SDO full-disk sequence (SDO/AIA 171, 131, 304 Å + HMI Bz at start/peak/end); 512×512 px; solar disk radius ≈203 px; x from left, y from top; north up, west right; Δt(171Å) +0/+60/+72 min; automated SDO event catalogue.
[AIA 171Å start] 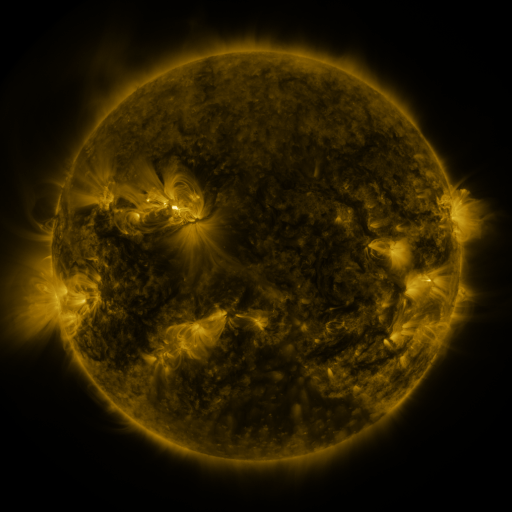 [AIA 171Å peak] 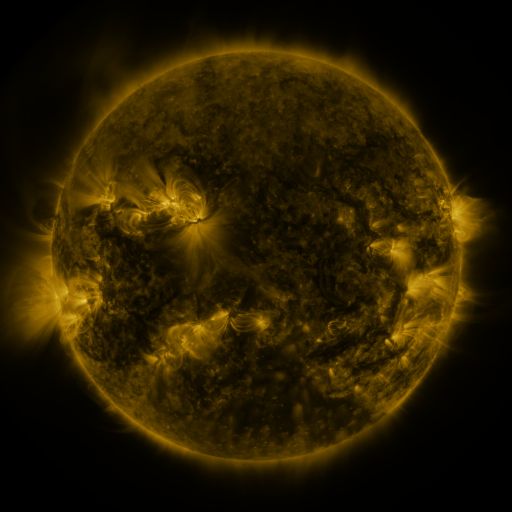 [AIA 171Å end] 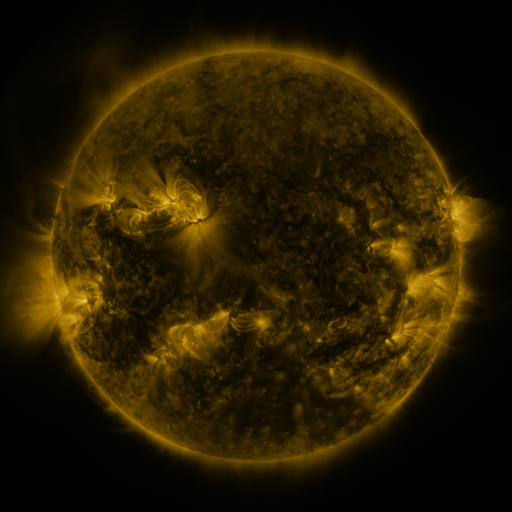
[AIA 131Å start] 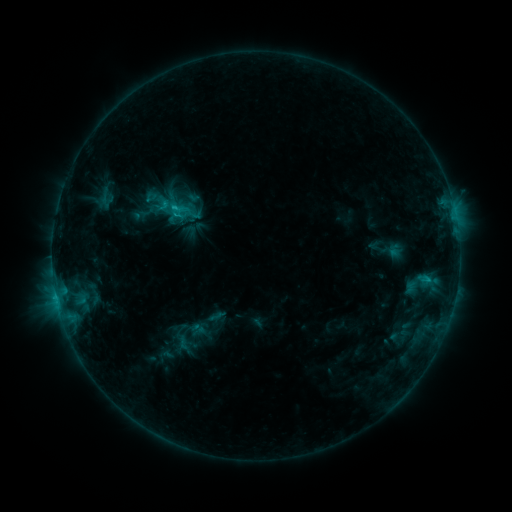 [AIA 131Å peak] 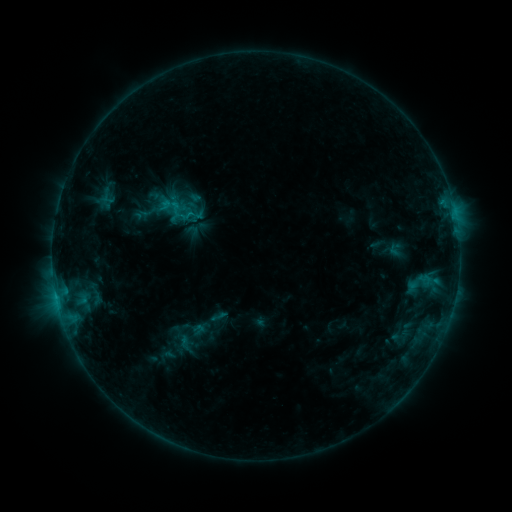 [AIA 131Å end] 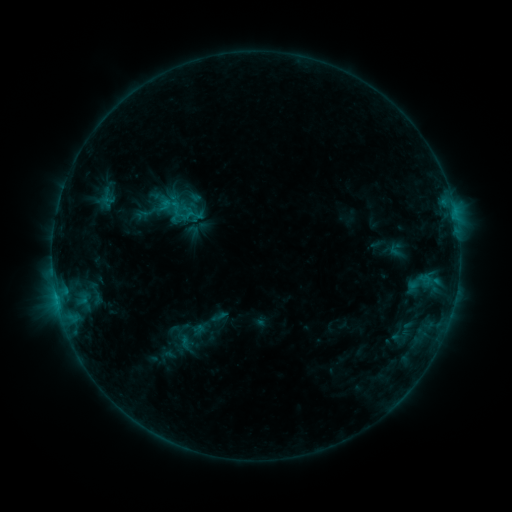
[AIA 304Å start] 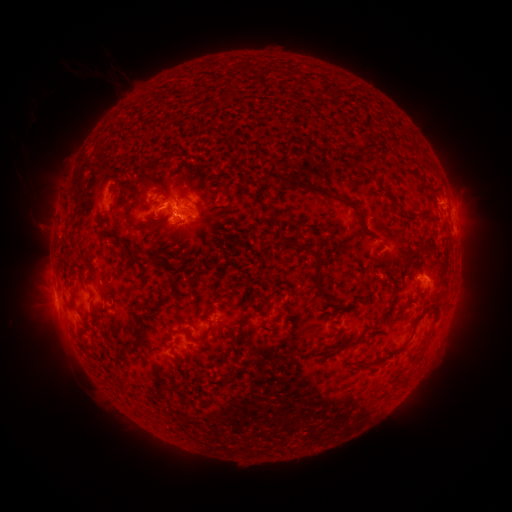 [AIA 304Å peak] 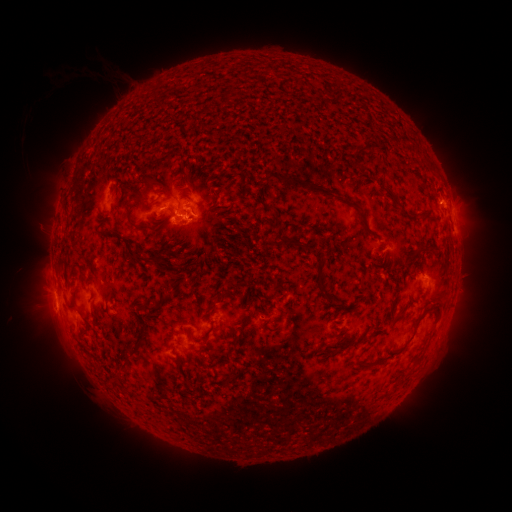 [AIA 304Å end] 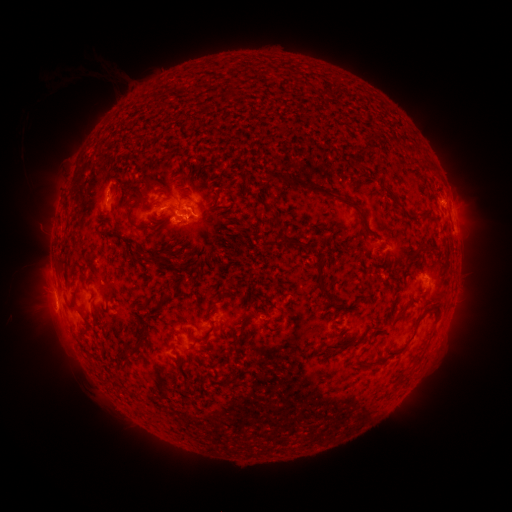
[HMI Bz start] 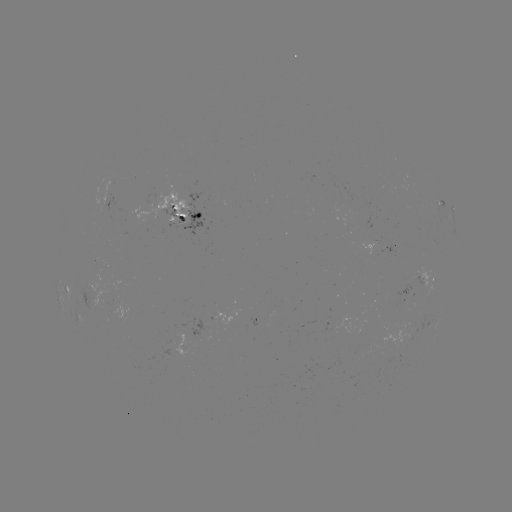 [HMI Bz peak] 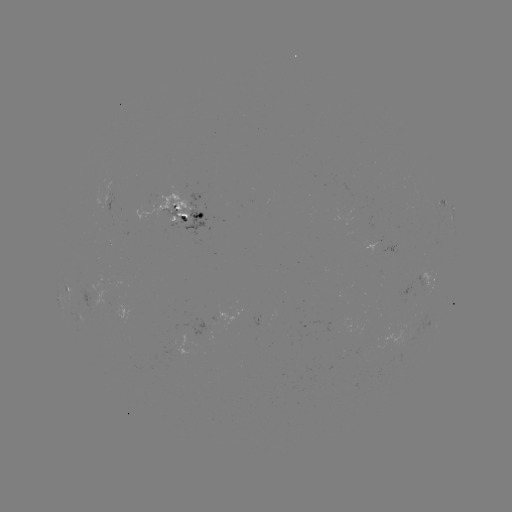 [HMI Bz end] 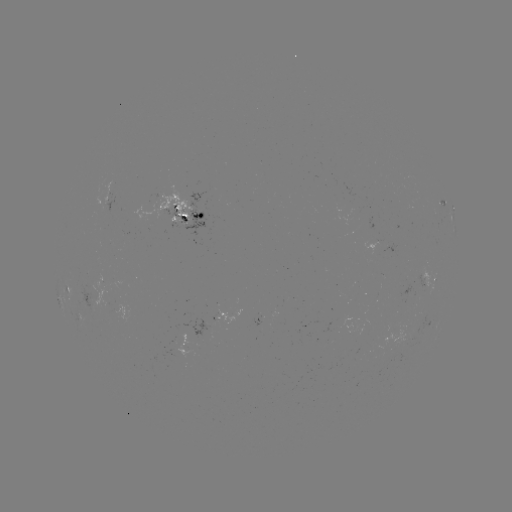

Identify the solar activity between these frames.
emerging-flux region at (175, 214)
